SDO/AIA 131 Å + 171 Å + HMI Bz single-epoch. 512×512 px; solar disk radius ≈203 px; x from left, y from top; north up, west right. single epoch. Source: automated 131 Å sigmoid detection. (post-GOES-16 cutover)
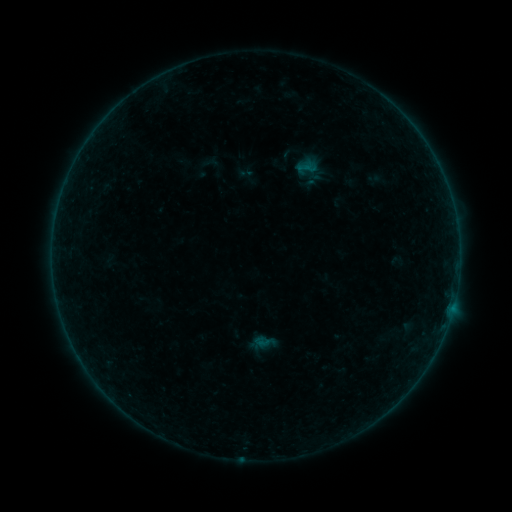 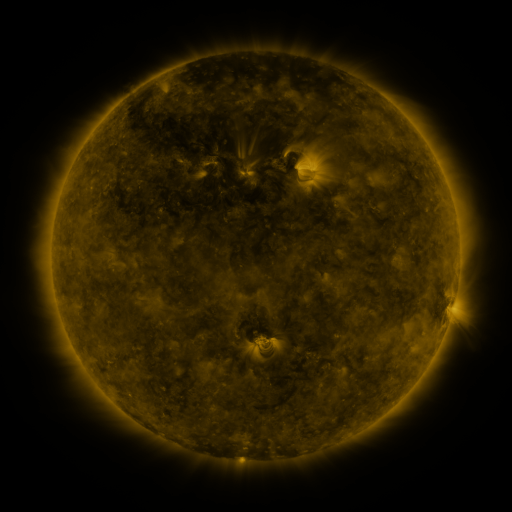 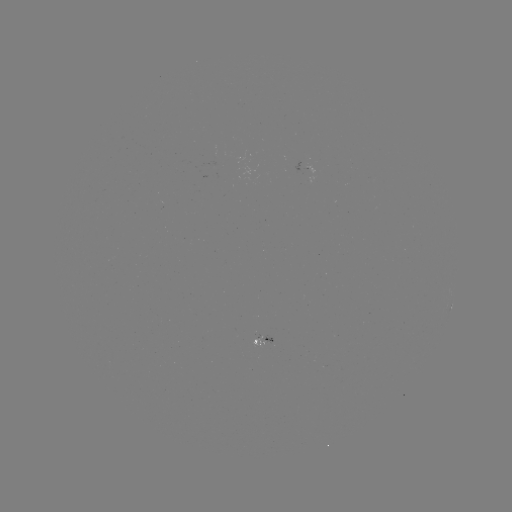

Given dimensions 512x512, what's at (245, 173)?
sigmoid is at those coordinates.